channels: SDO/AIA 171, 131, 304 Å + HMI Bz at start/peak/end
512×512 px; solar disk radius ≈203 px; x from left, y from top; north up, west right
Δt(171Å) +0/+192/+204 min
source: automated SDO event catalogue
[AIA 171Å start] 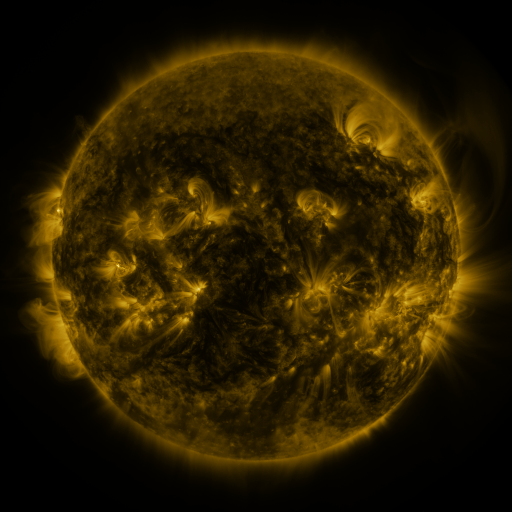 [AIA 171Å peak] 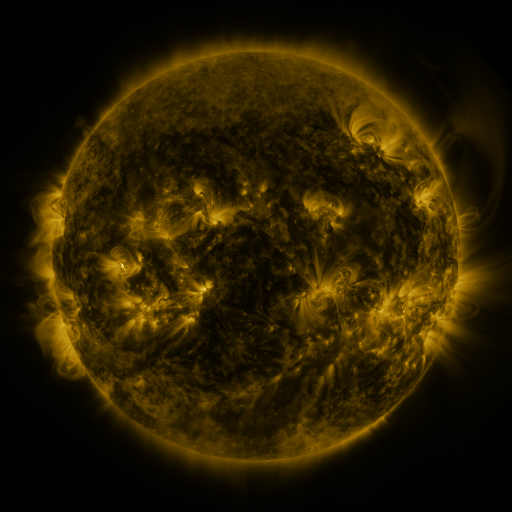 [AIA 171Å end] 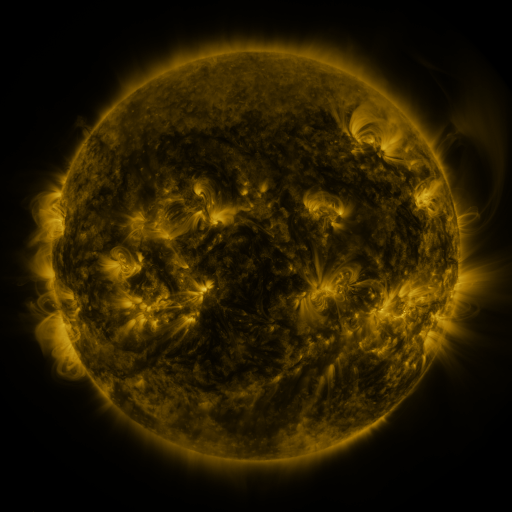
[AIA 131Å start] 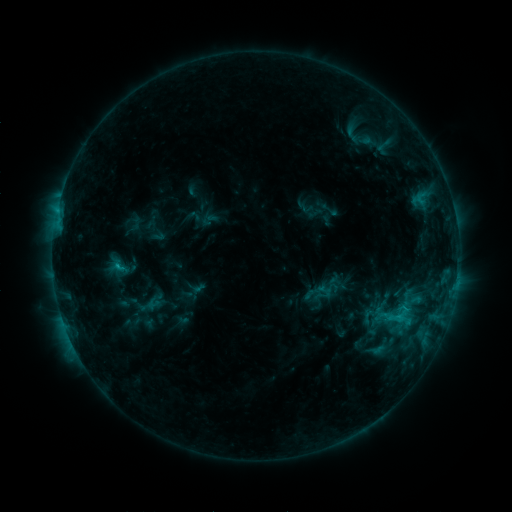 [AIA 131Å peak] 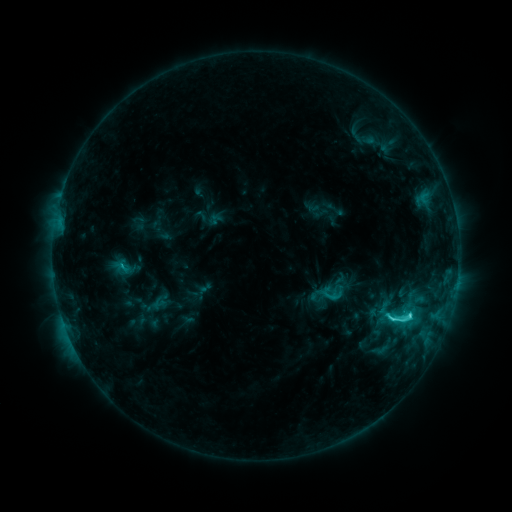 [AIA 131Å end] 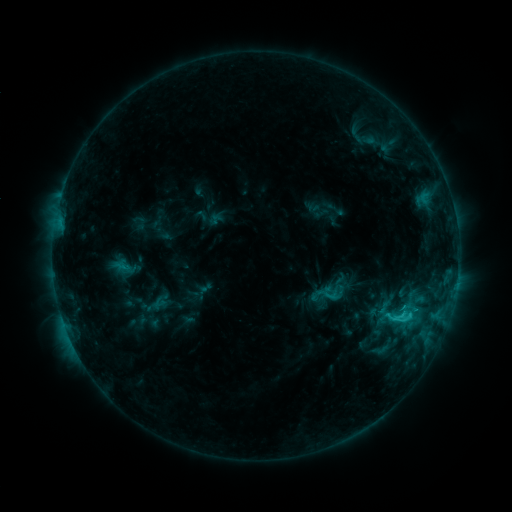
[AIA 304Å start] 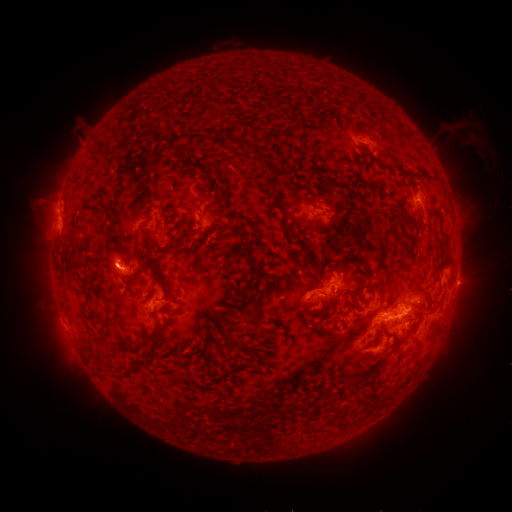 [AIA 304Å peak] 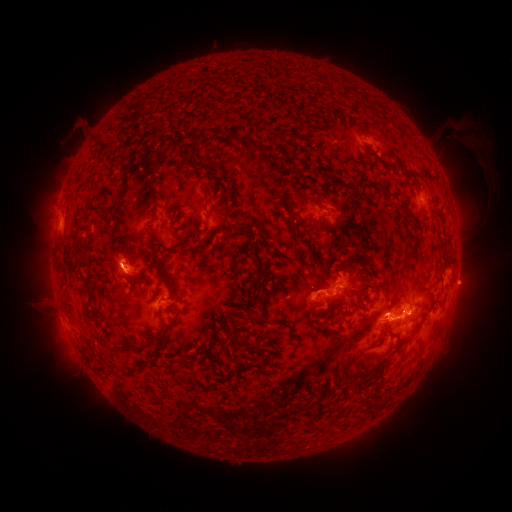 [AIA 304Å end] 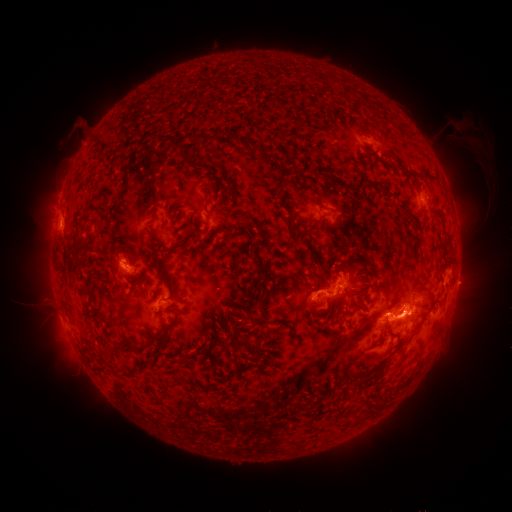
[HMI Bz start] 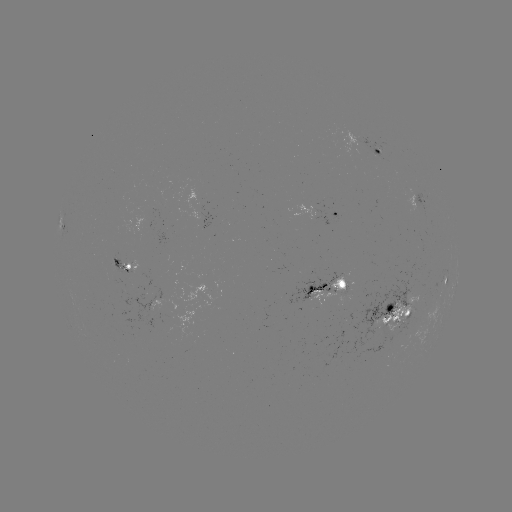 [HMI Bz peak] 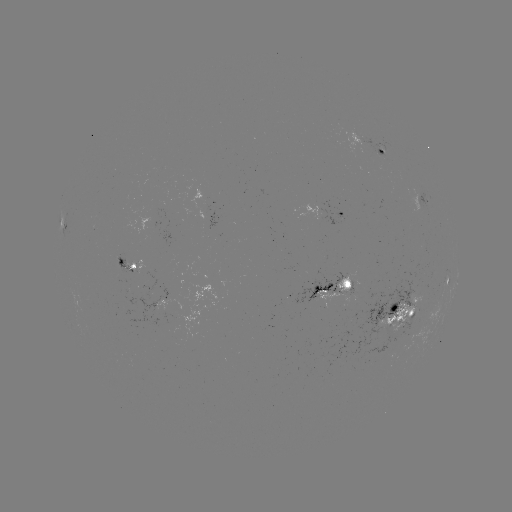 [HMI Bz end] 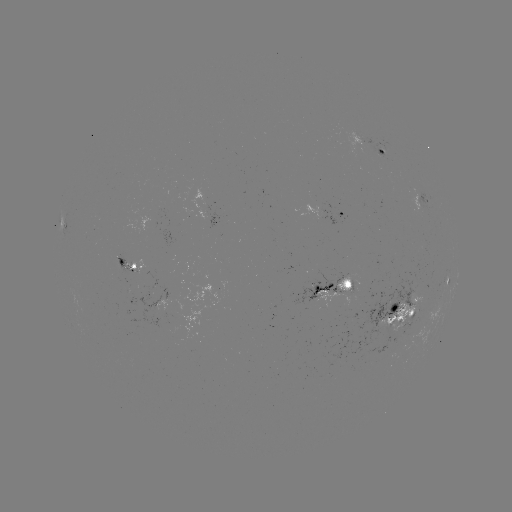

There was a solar emerging-flux region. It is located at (318, 295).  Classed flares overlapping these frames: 3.